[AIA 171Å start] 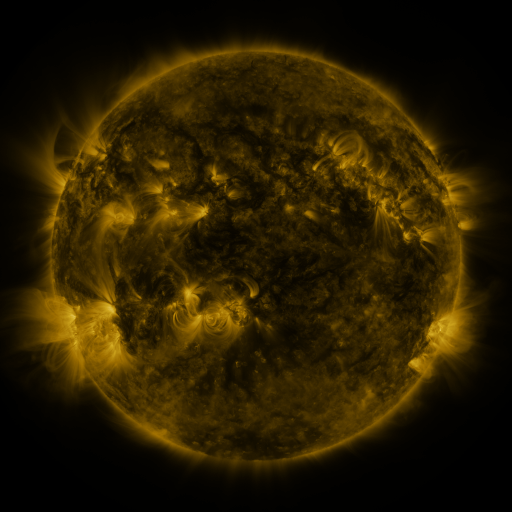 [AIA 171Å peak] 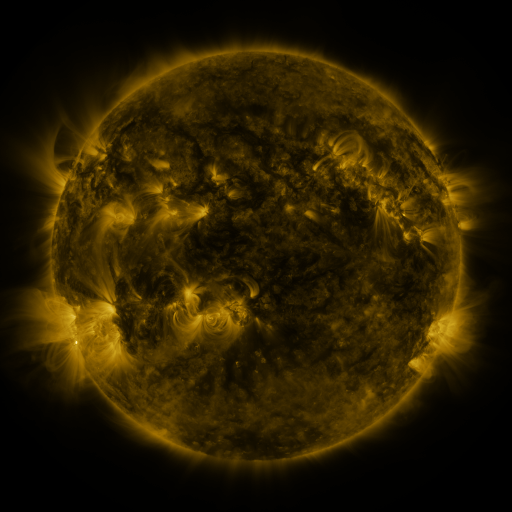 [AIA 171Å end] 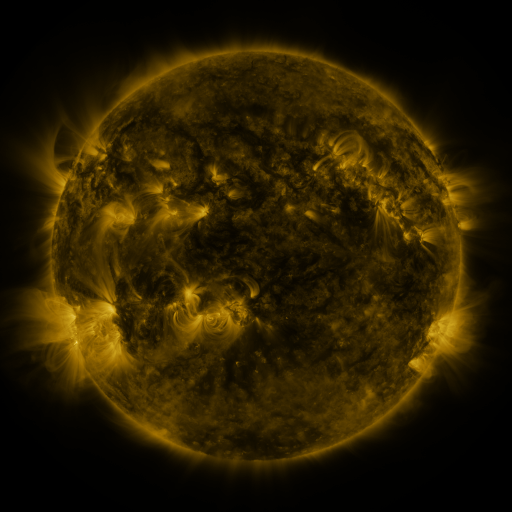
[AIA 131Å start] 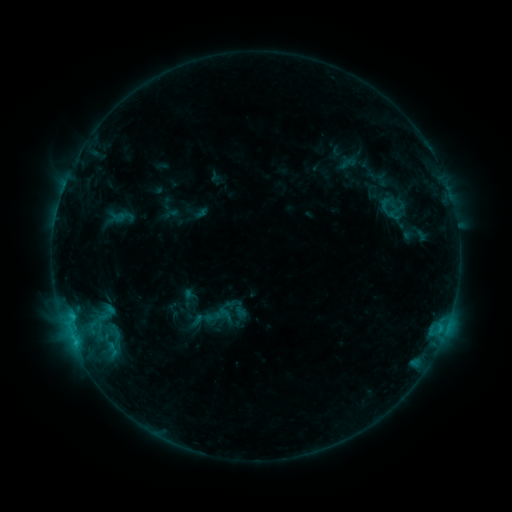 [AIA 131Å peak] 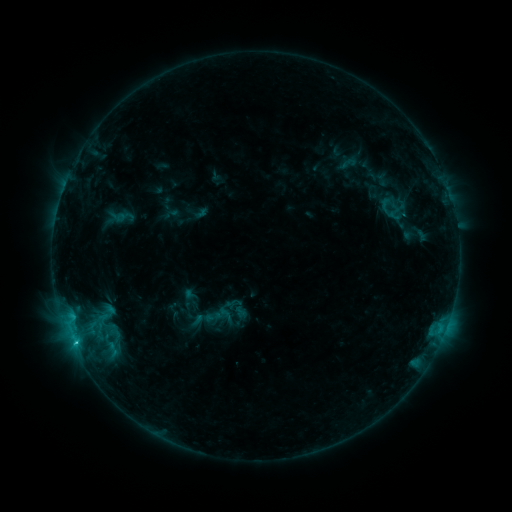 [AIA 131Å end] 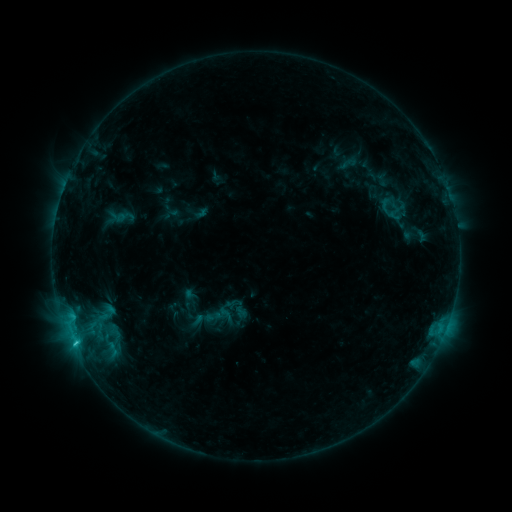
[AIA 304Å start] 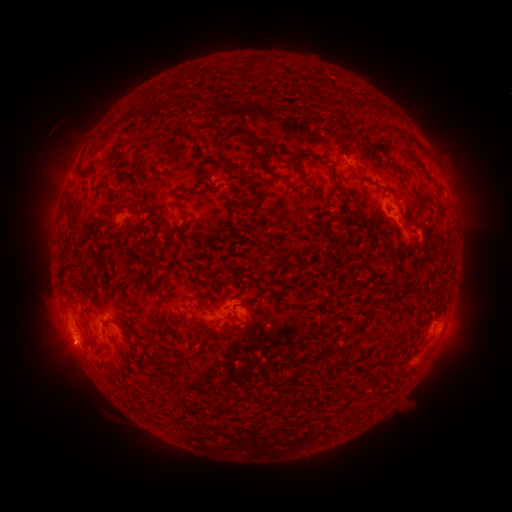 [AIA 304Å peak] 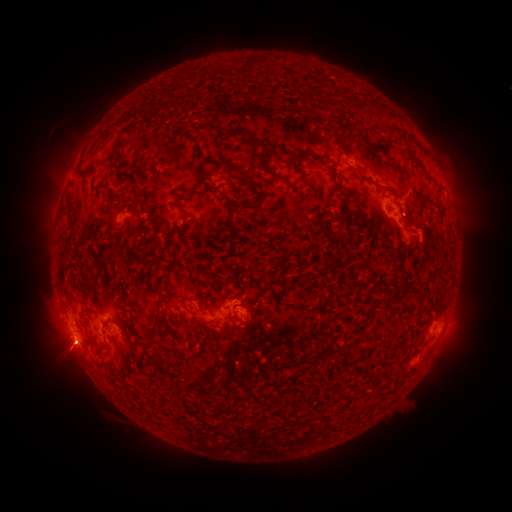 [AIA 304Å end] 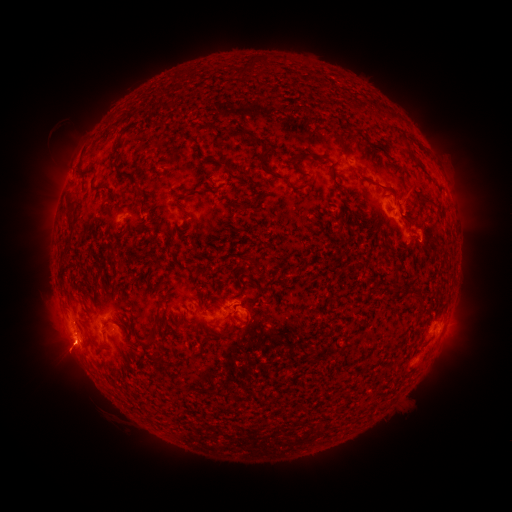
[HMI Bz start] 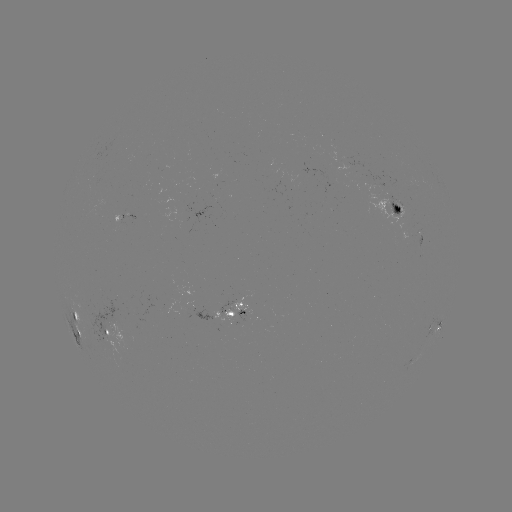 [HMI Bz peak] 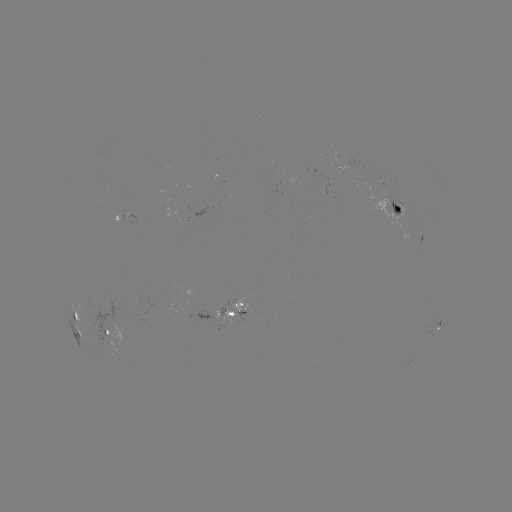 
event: flare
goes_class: C1.2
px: (75, 343)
